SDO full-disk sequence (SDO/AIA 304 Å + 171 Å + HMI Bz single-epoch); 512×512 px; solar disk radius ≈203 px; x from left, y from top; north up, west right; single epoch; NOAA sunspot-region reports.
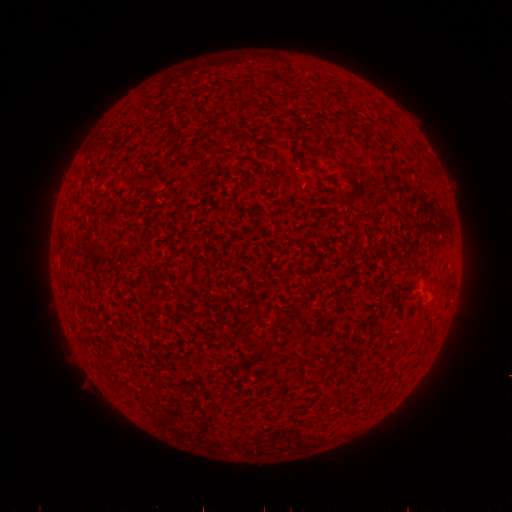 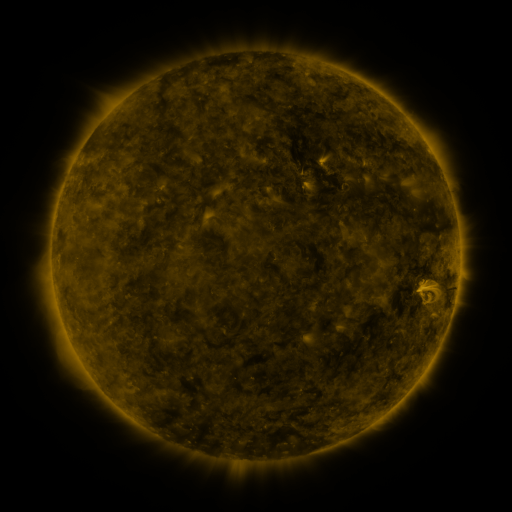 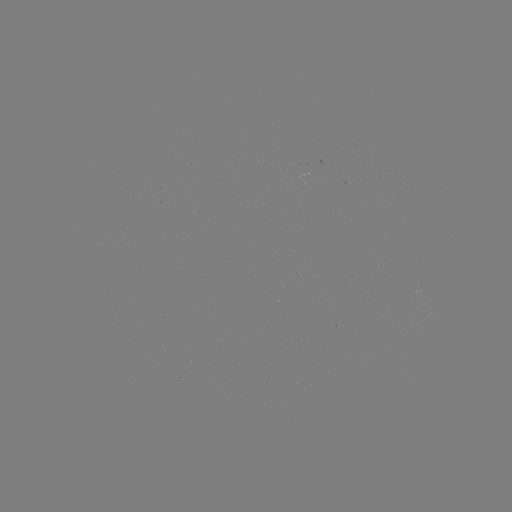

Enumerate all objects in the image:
(none)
